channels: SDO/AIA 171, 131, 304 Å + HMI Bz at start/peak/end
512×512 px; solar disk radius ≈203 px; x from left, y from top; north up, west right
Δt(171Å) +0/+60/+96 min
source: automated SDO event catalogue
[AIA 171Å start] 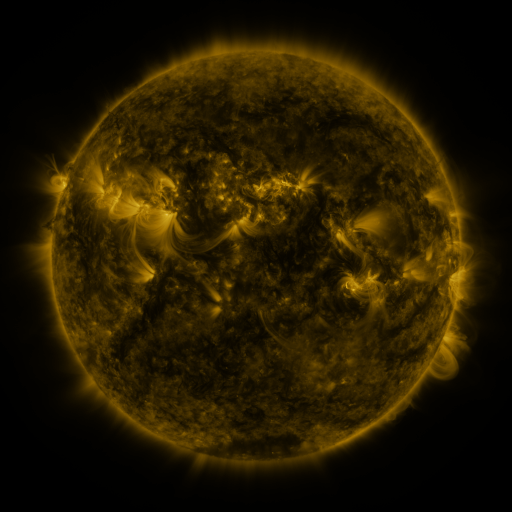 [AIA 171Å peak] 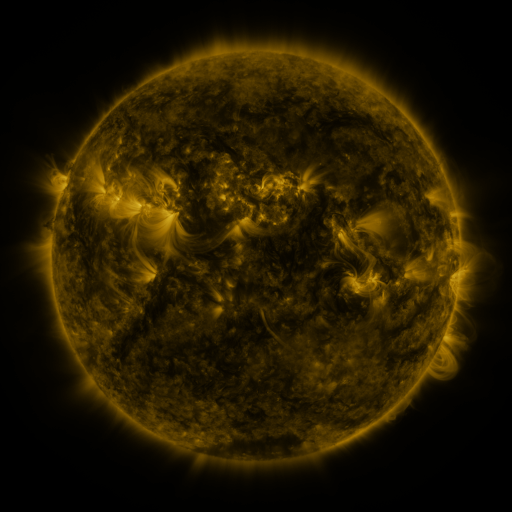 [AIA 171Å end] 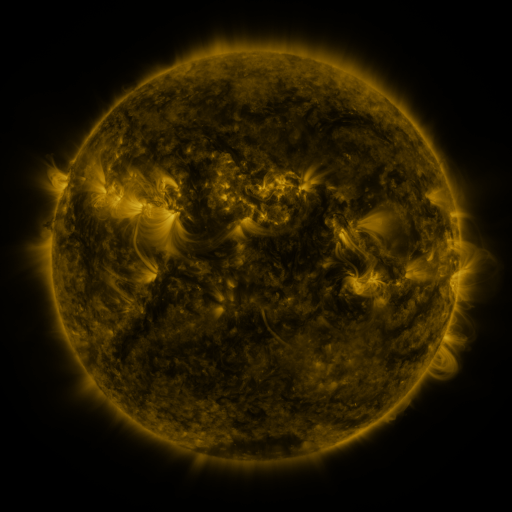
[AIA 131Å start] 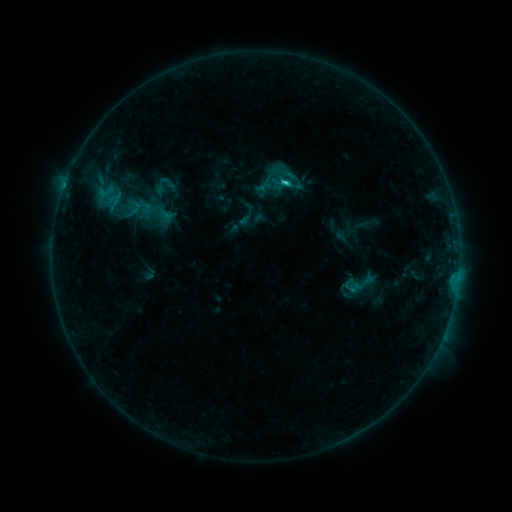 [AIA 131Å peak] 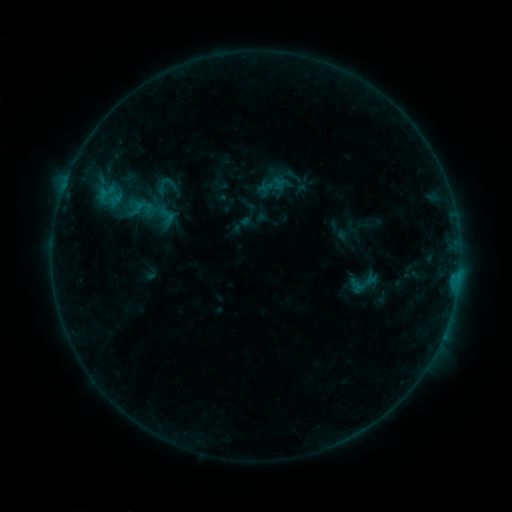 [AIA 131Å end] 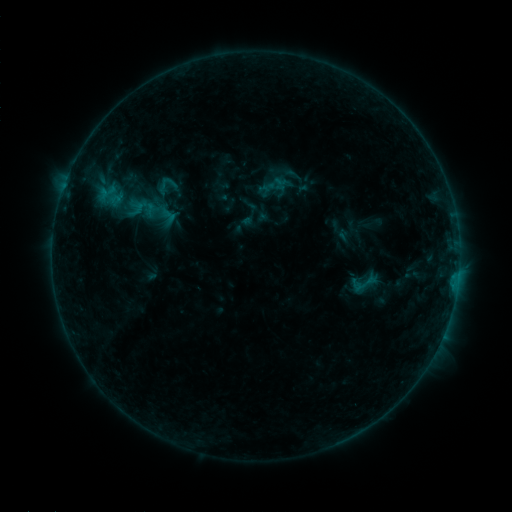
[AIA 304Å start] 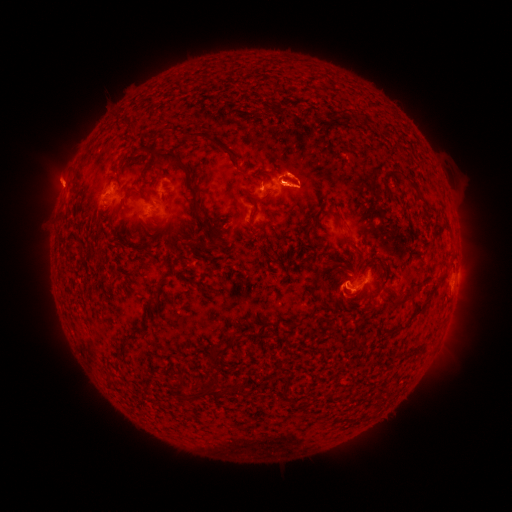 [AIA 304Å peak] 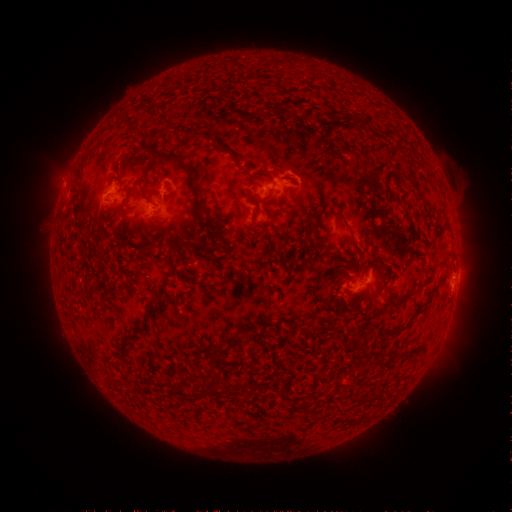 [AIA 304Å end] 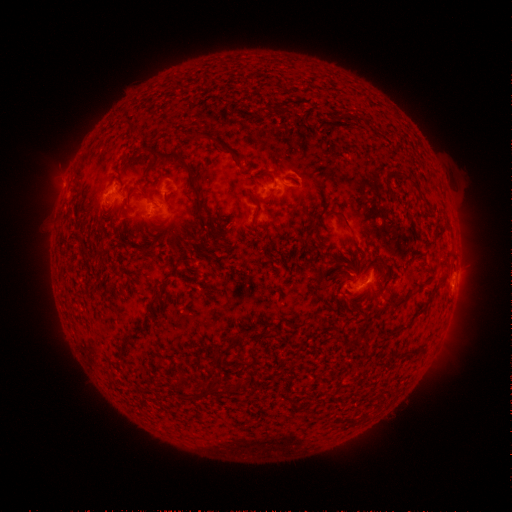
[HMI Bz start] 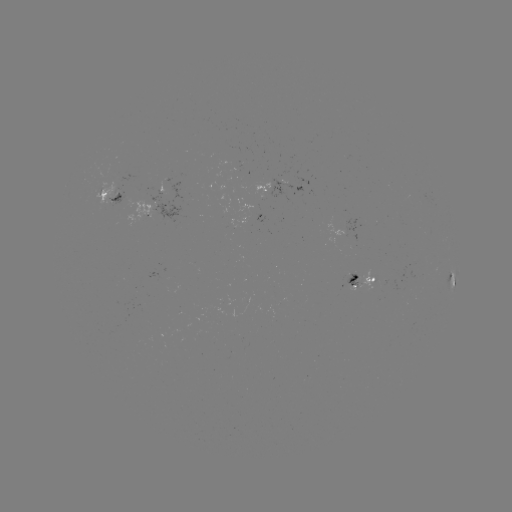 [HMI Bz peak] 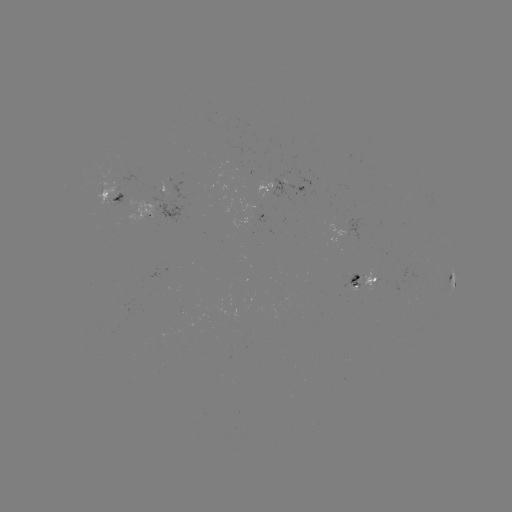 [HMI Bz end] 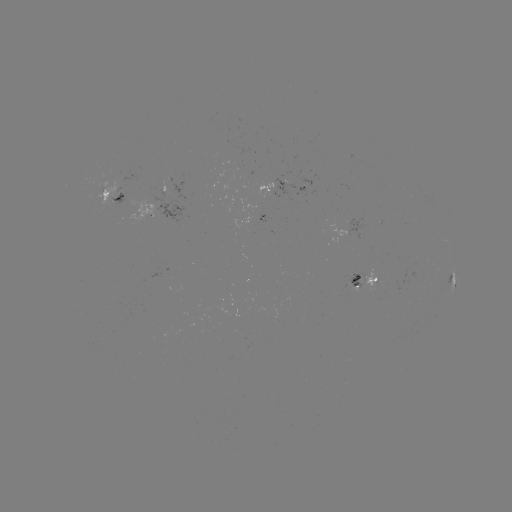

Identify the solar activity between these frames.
emerging-flux region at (367, 278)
